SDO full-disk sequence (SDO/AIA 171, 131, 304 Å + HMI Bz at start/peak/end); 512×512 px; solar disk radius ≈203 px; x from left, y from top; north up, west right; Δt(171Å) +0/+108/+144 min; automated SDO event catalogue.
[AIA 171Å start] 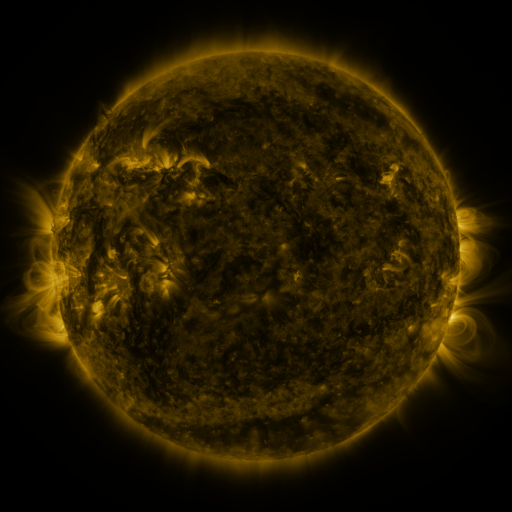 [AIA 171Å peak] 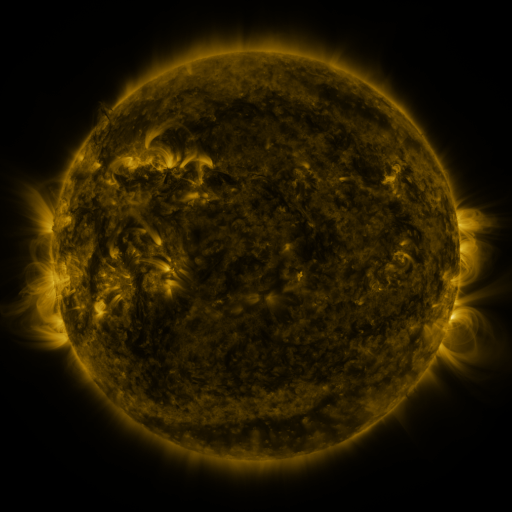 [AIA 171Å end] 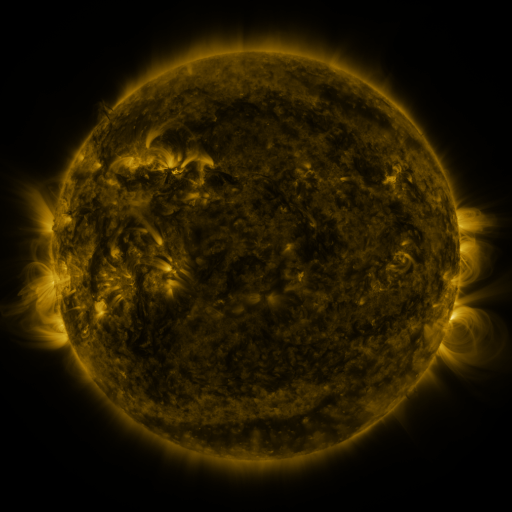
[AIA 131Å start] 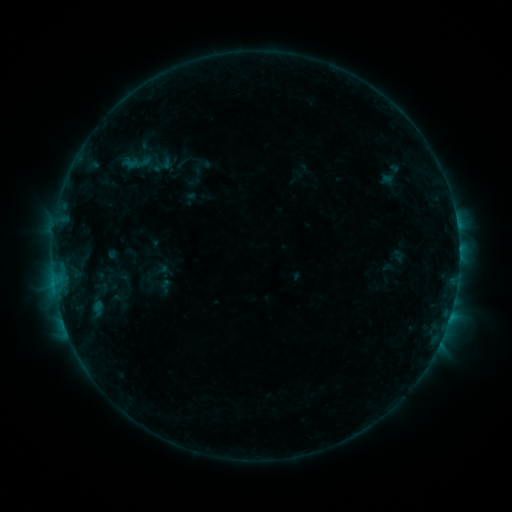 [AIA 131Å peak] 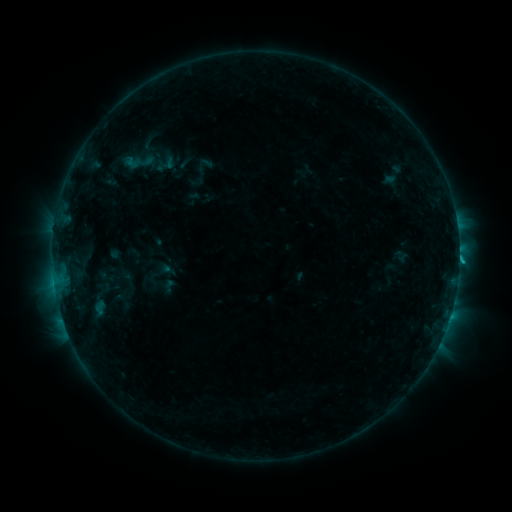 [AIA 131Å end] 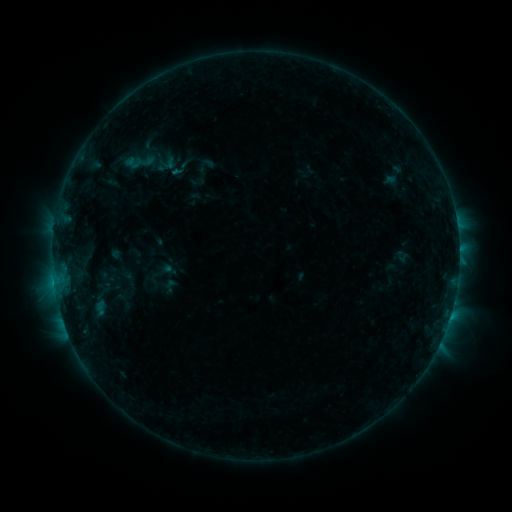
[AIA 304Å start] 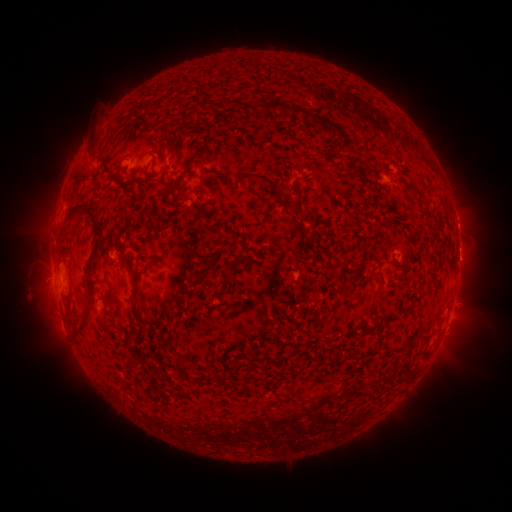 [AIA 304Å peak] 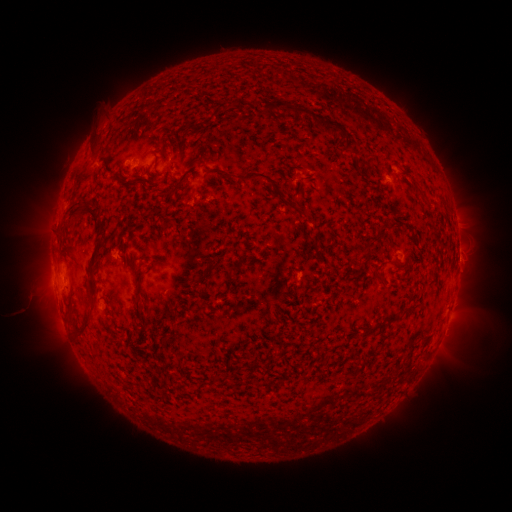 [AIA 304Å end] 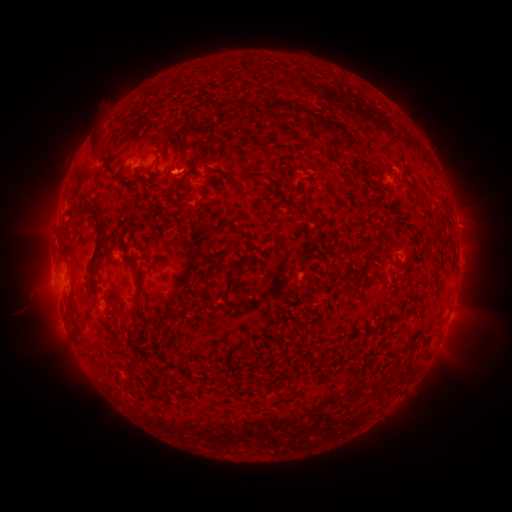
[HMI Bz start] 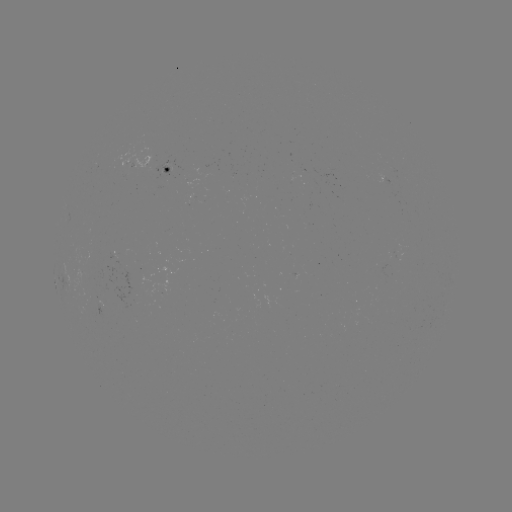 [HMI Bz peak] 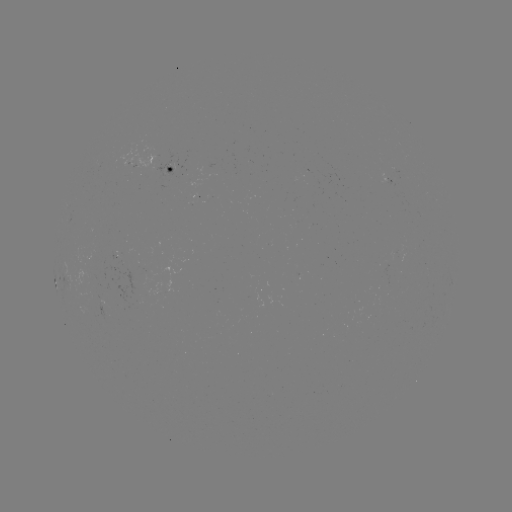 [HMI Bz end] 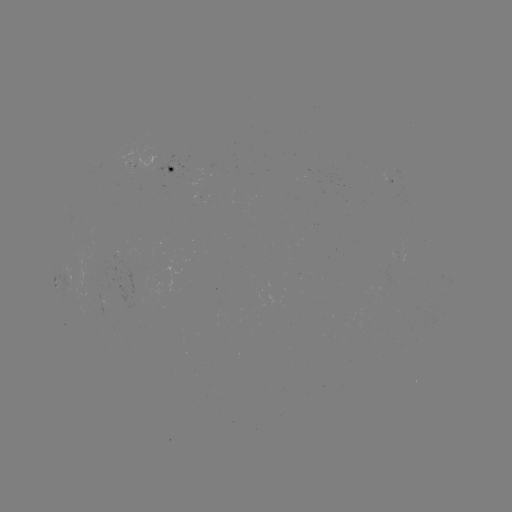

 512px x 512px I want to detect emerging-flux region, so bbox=[99, 268, 150, 308].